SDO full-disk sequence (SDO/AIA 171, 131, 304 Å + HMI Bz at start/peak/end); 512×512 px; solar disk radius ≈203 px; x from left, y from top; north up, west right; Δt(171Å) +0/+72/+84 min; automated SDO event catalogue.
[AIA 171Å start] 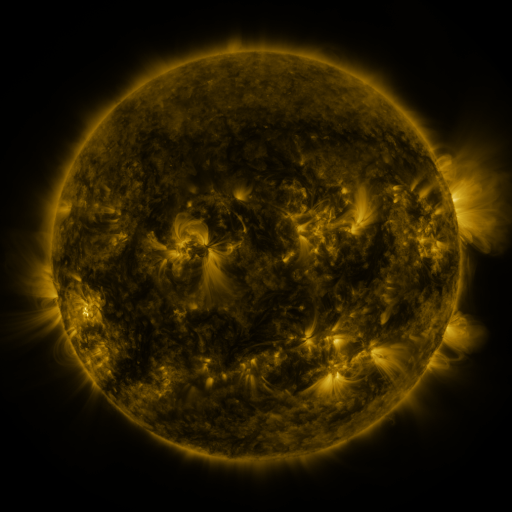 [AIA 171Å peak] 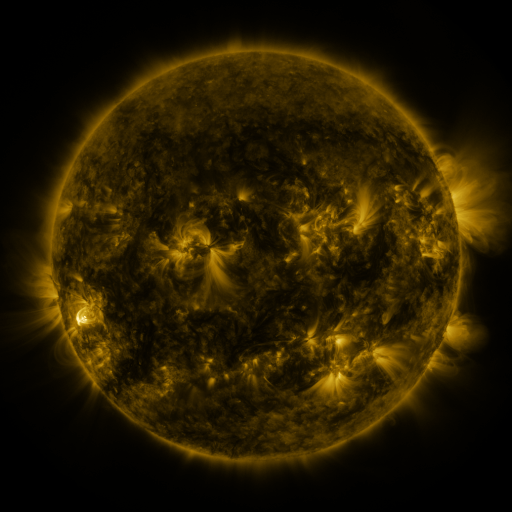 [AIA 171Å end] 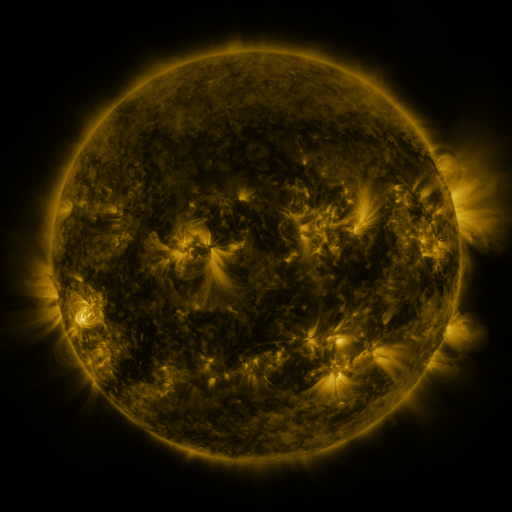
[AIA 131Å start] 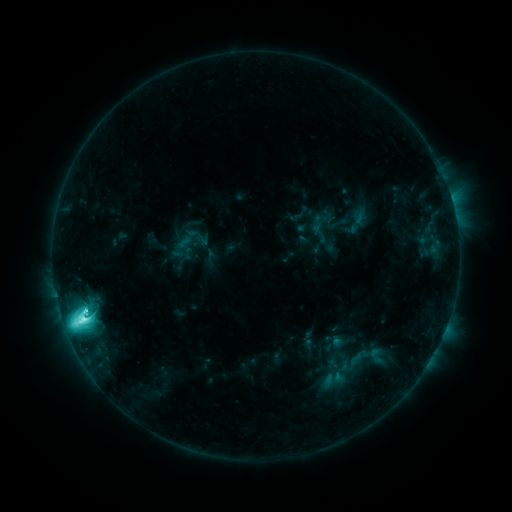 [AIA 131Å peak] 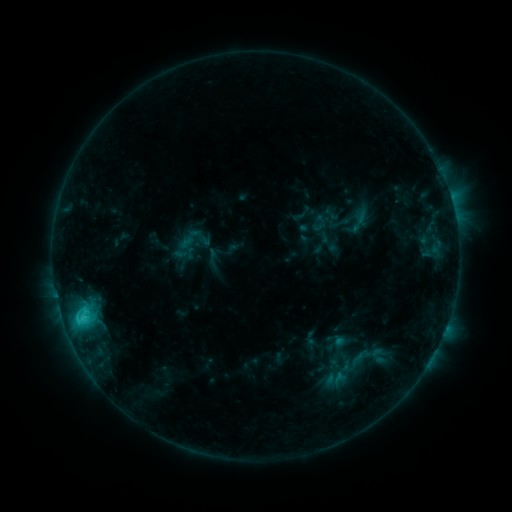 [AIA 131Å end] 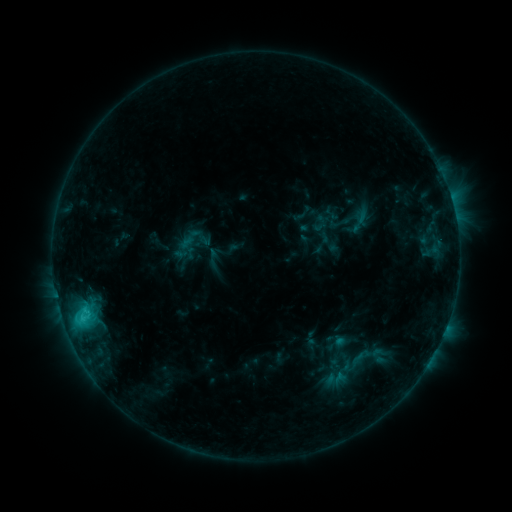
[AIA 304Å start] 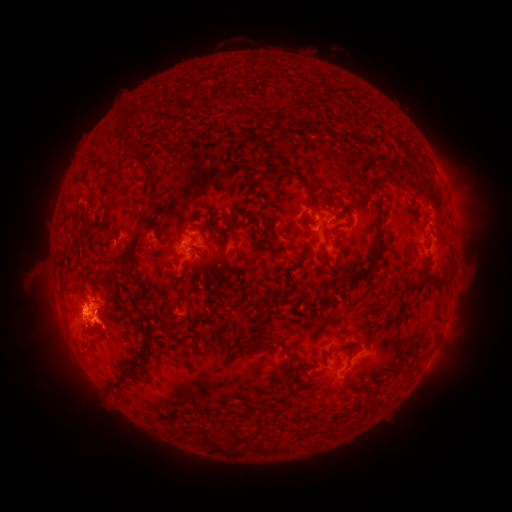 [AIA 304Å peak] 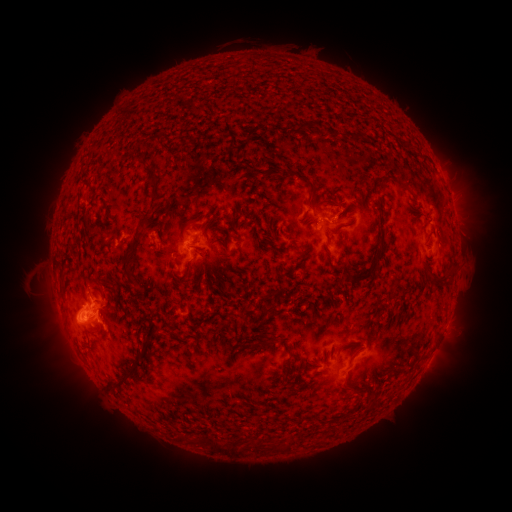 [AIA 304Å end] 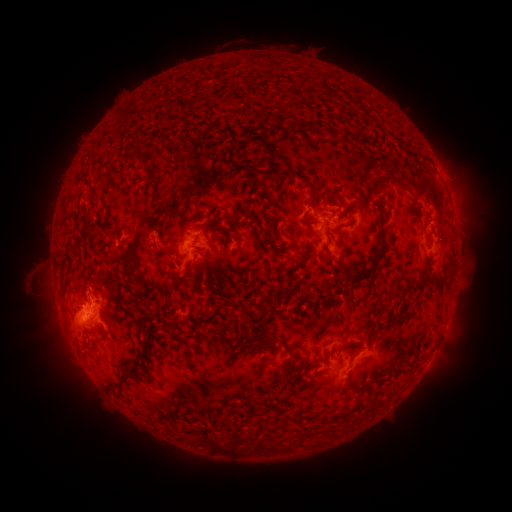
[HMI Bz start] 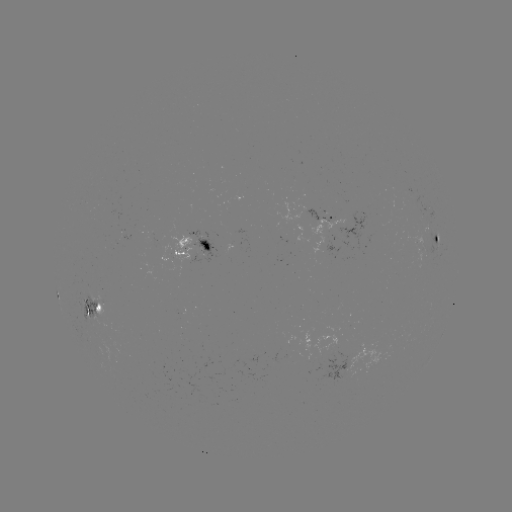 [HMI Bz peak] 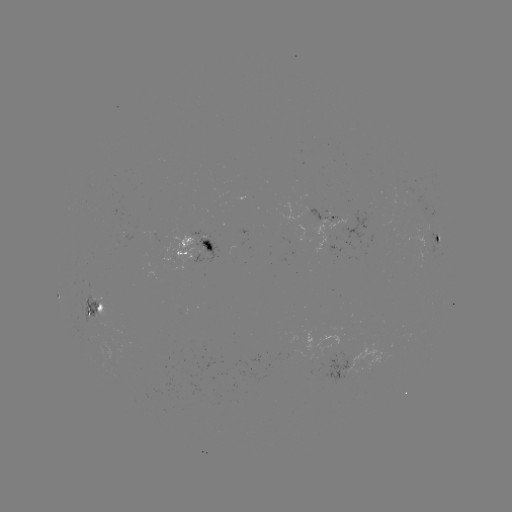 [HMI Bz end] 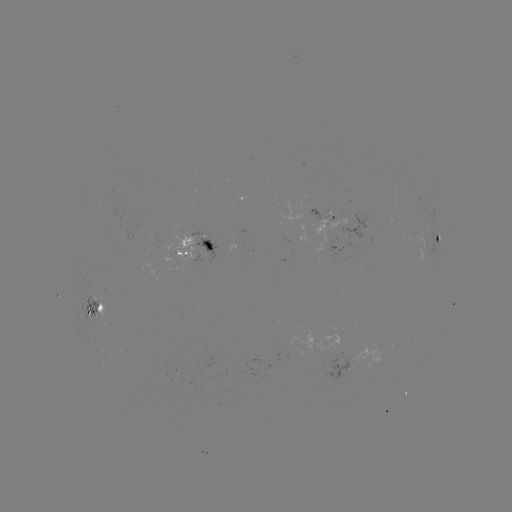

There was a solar emerging-flux region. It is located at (350, 226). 